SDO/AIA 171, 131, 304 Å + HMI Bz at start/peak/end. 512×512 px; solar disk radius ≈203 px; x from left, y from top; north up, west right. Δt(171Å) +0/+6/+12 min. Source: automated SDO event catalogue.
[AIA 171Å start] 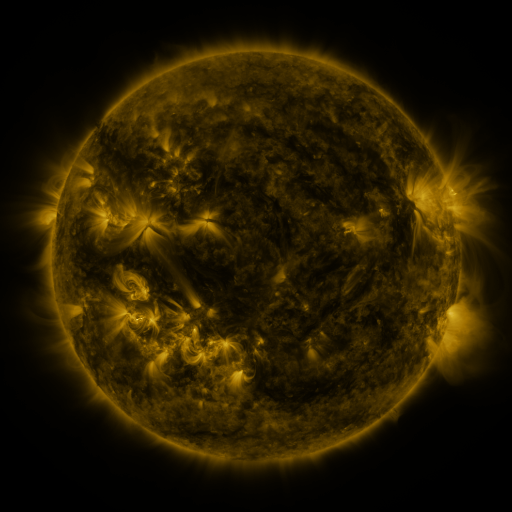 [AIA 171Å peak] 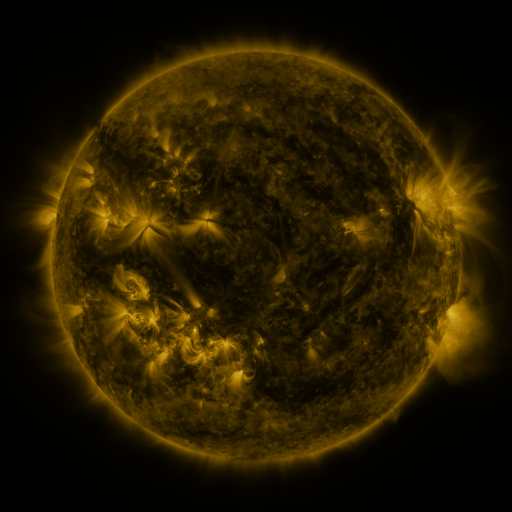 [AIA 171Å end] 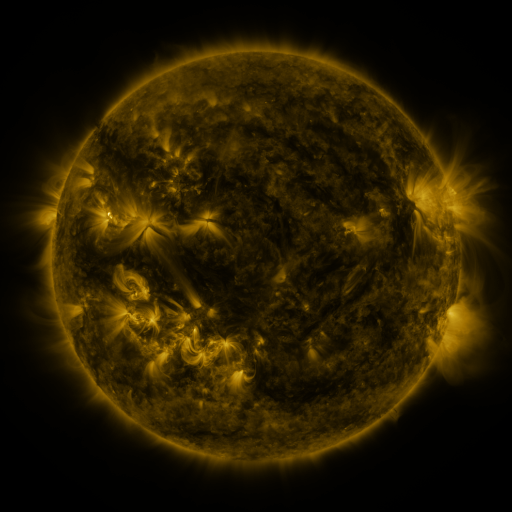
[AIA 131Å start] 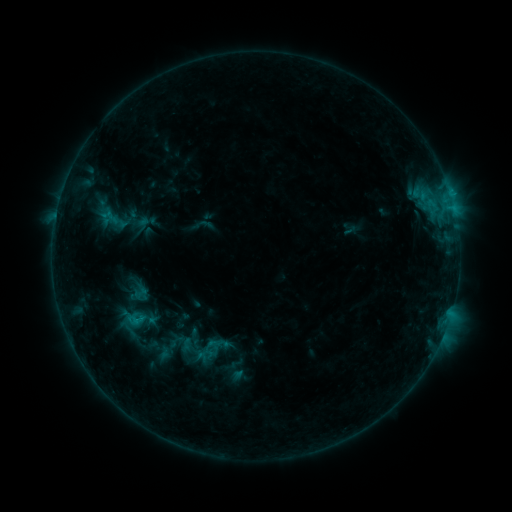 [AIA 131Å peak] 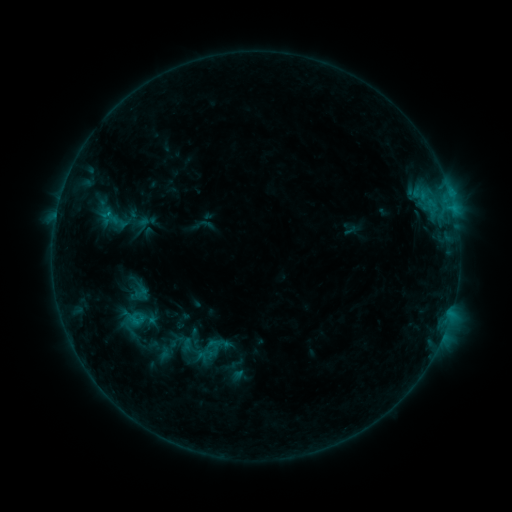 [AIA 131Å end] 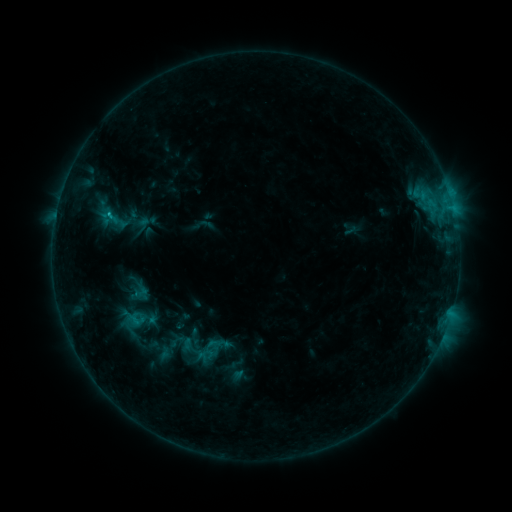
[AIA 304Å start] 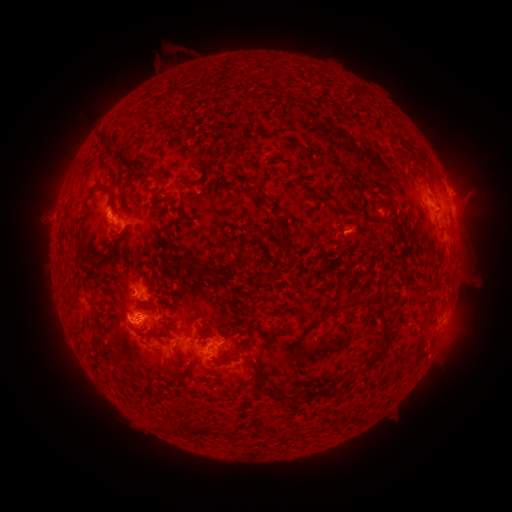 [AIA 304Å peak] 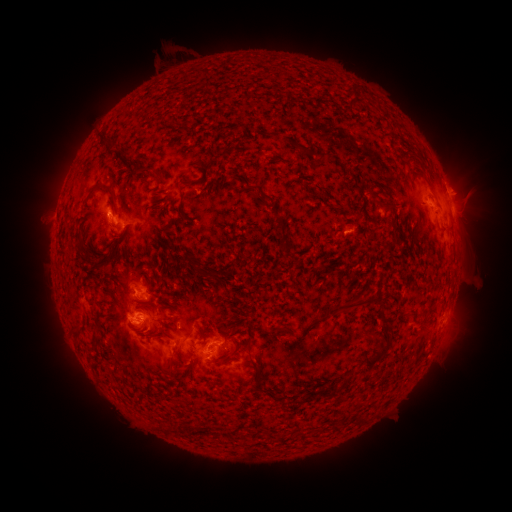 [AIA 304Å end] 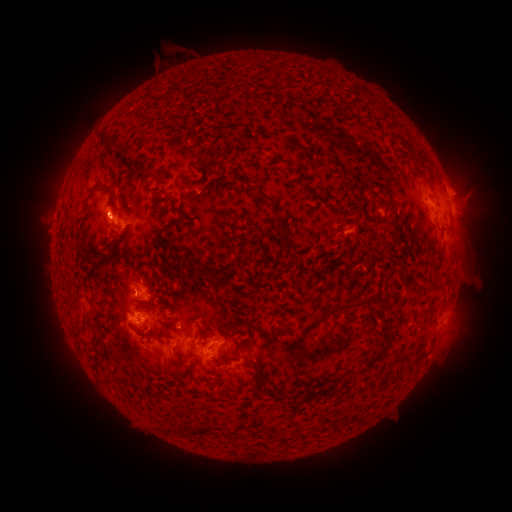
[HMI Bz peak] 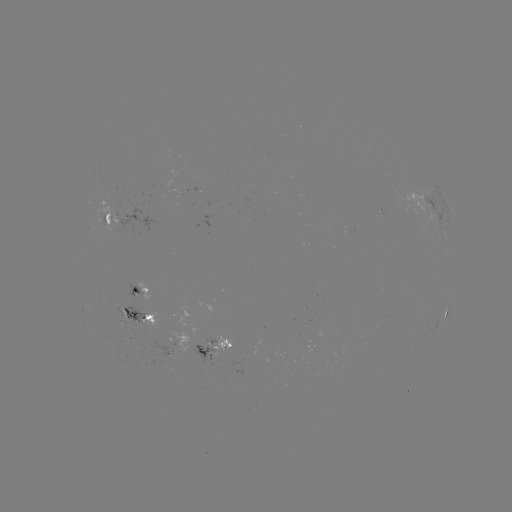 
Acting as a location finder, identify C1.3 flare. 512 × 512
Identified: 110,215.